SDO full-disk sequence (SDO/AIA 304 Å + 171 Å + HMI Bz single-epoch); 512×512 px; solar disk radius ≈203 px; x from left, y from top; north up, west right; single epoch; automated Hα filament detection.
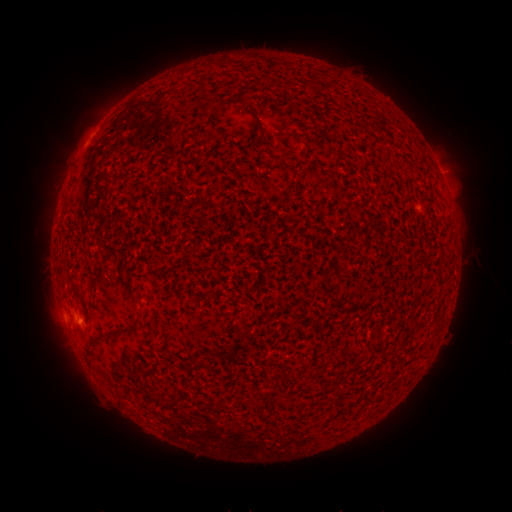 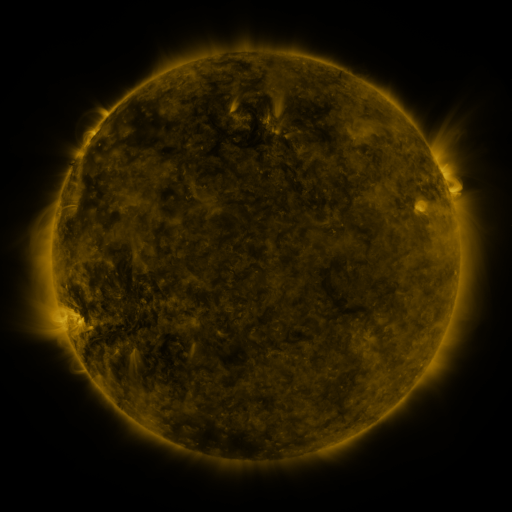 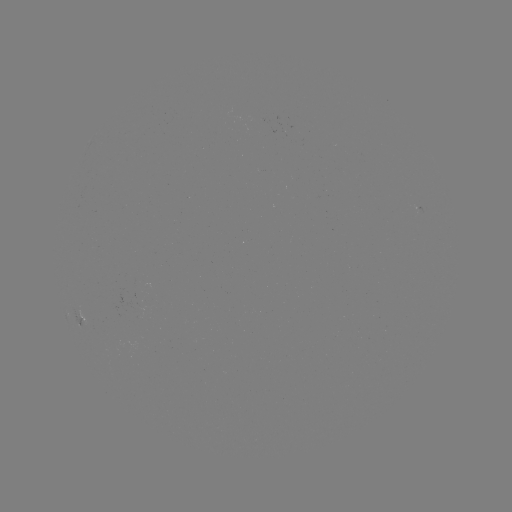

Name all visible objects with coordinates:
filament: (201, 86)
filament: (201, 108)
filament: (262, 130)
filament: (271, 156)
filament: (139, 294)
filament: (113, 330)
filament: (158, 346)
filament: (254, 403)
filament: (224, 408)
